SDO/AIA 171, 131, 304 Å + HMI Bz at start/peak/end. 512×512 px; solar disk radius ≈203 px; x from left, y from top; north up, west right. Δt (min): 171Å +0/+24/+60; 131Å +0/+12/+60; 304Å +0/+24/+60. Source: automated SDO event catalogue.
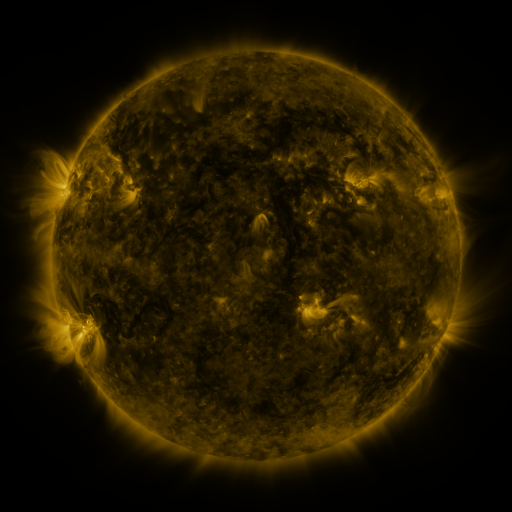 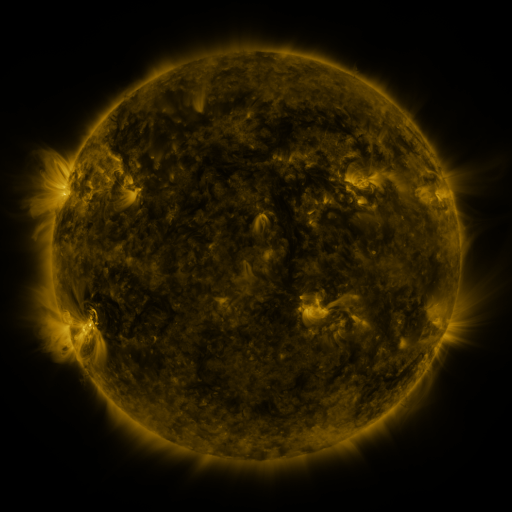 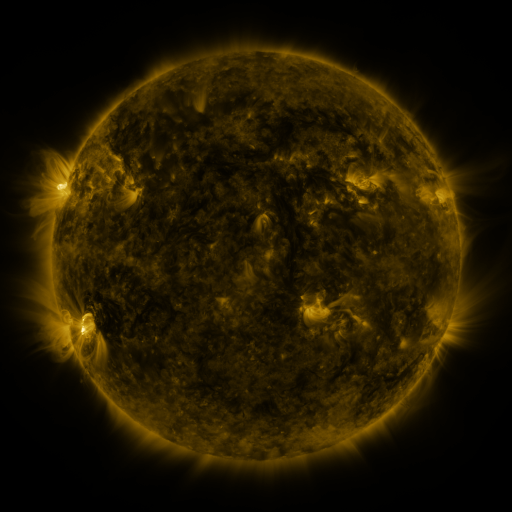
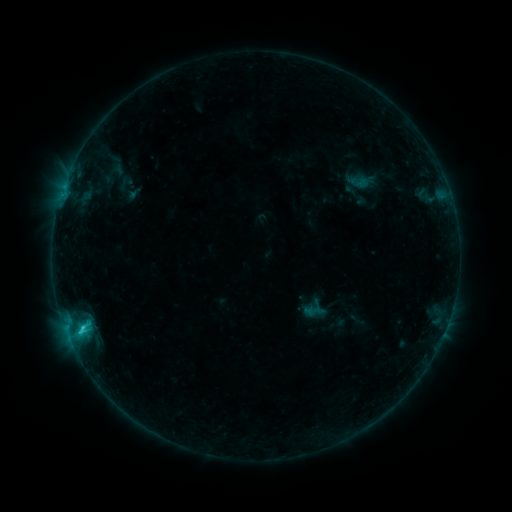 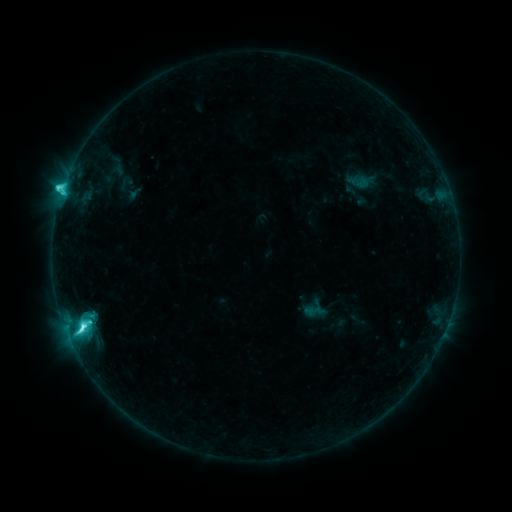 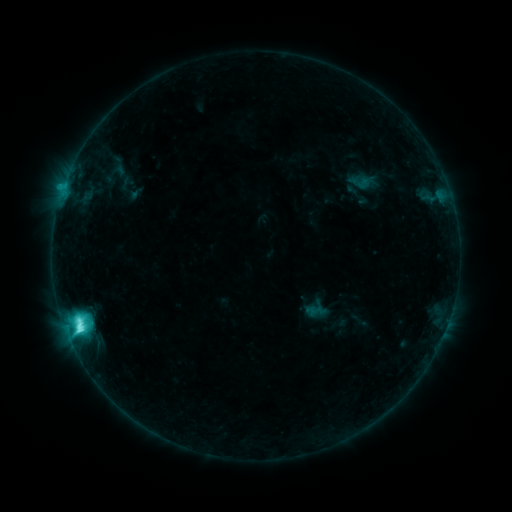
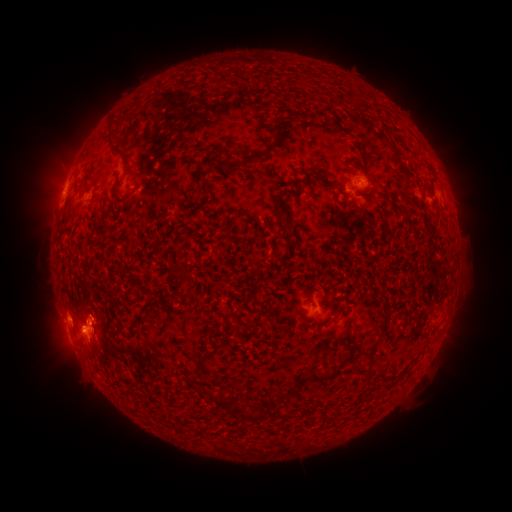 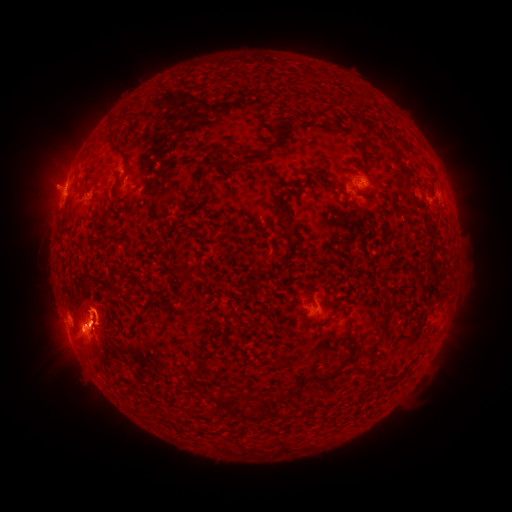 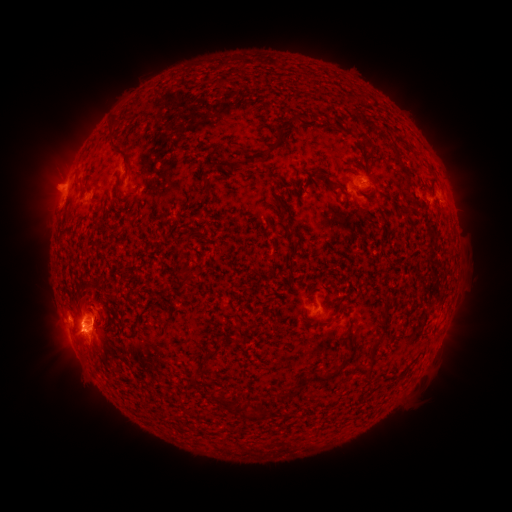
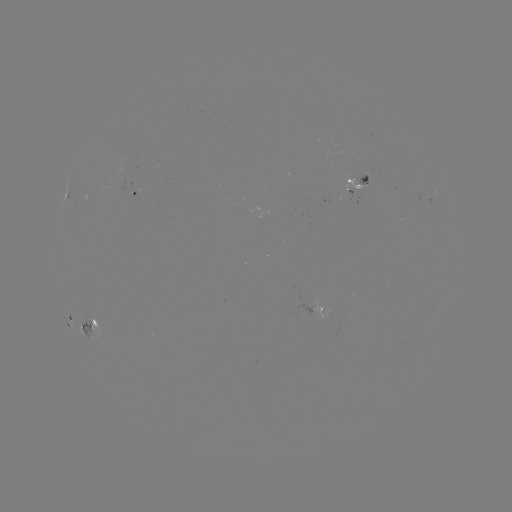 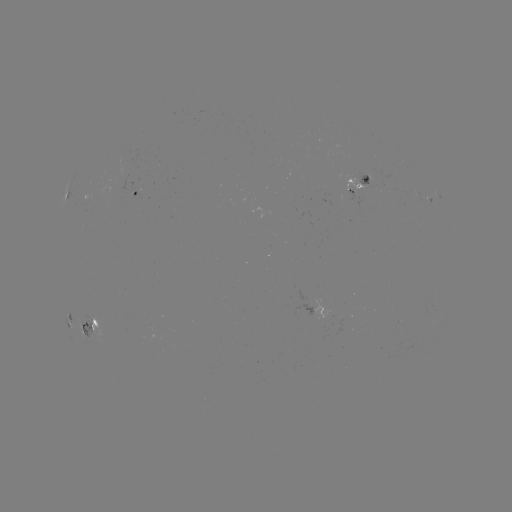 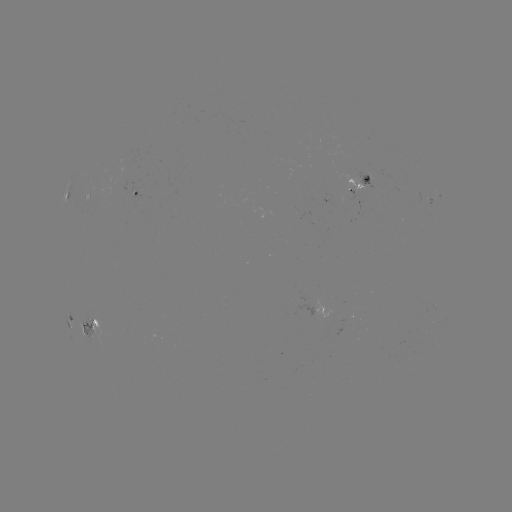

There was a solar flare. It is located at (84, 324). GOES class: M1.4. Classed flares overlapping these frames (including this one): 1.